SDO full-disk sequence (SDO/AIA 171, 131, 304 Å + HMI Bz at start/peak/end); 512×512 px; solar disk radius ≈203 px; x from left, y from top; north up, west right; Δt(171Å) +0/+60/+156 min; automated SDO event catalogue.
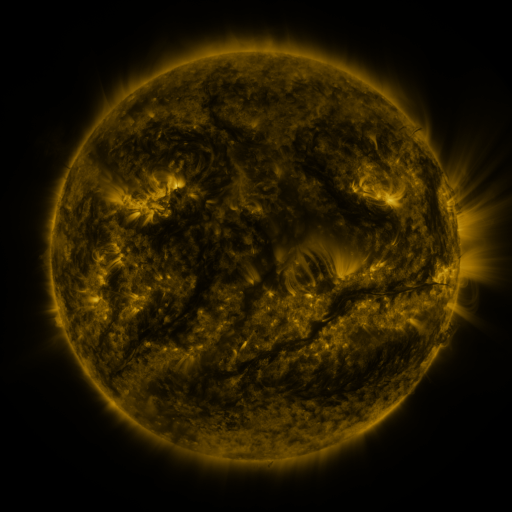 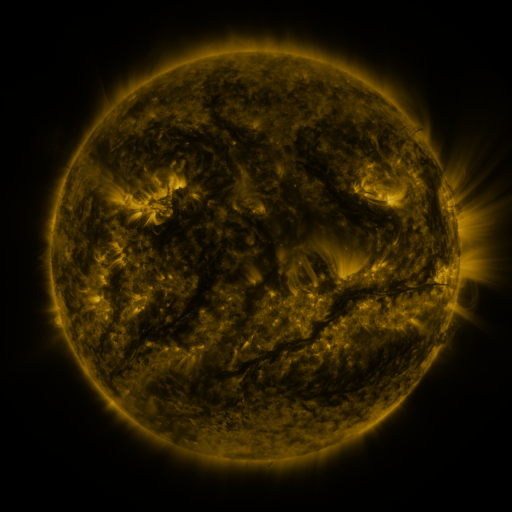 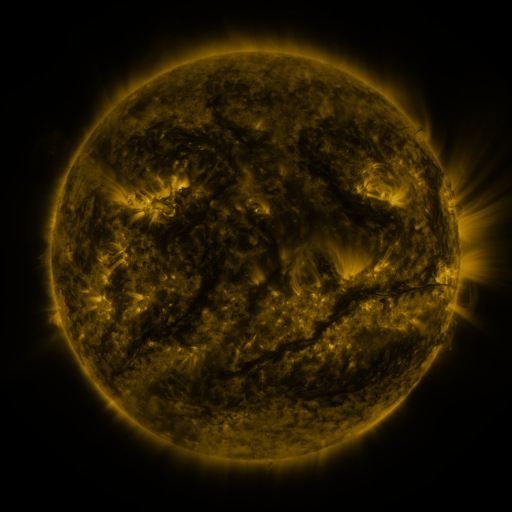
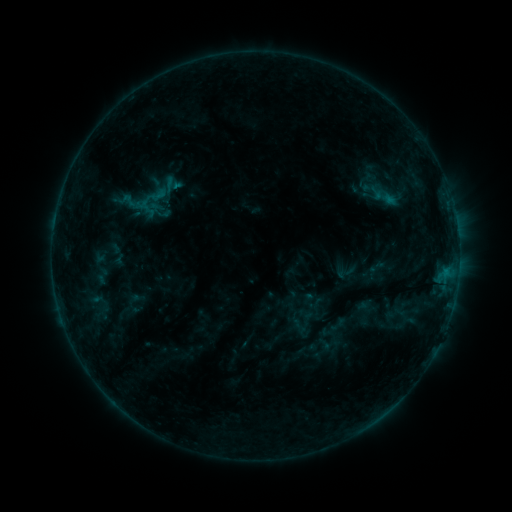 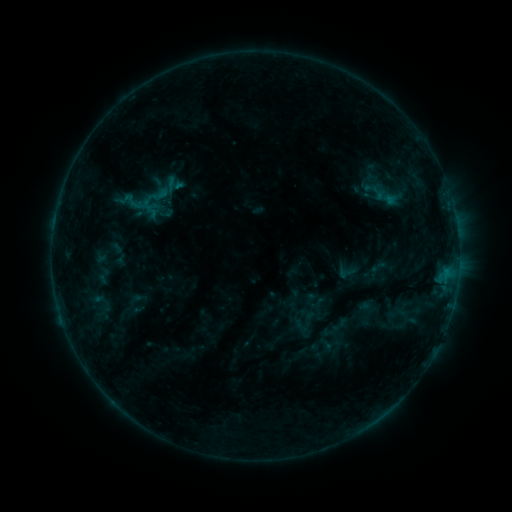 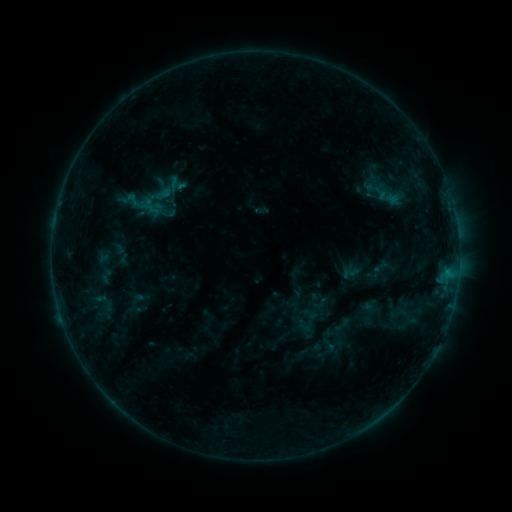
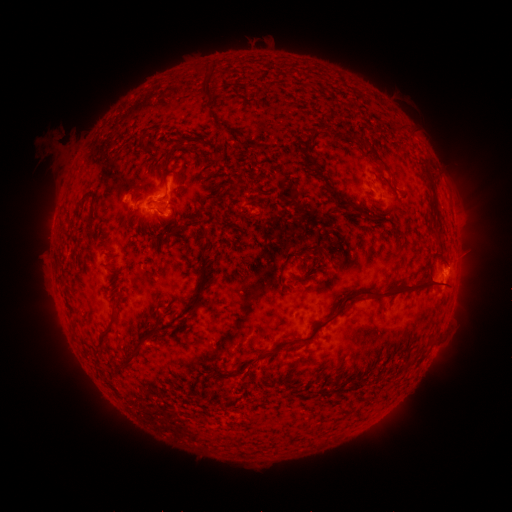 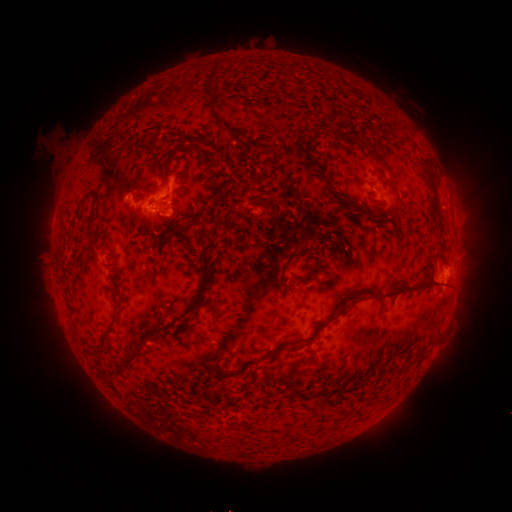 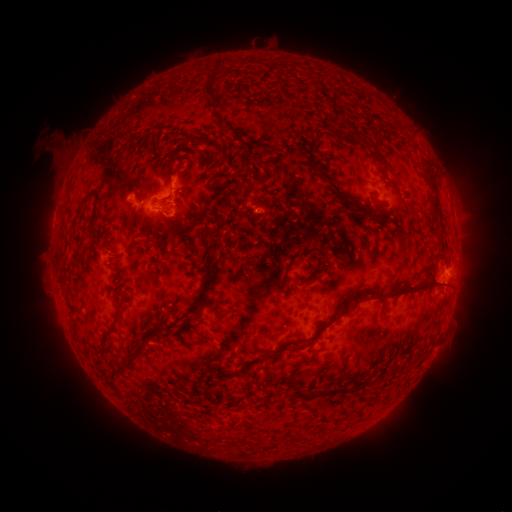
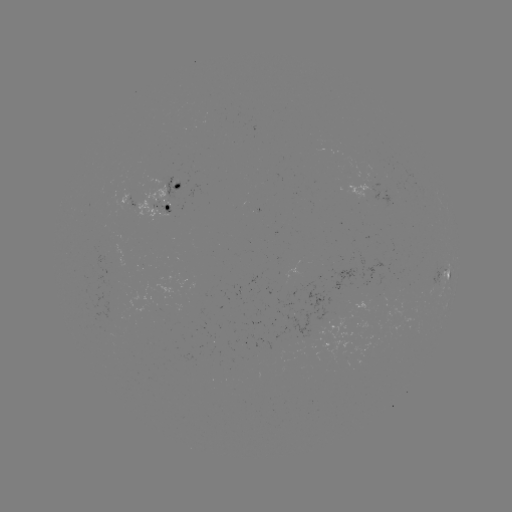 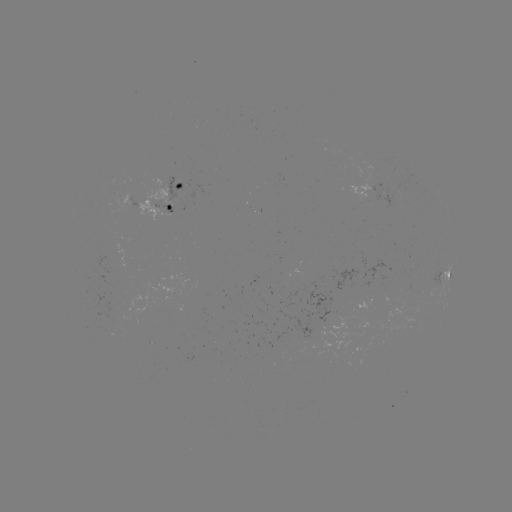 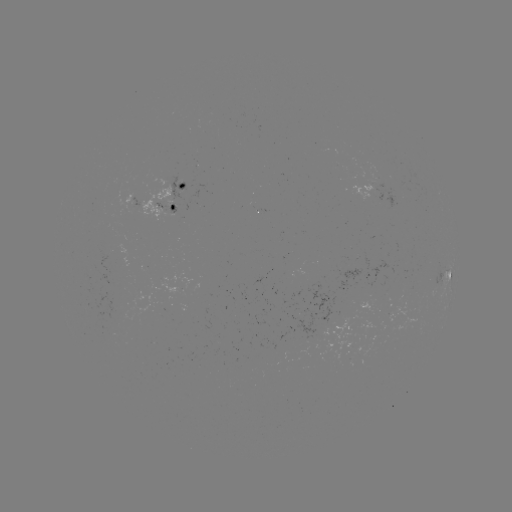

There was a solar emerging-flux region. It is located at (404, 186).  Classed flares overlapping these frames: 1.